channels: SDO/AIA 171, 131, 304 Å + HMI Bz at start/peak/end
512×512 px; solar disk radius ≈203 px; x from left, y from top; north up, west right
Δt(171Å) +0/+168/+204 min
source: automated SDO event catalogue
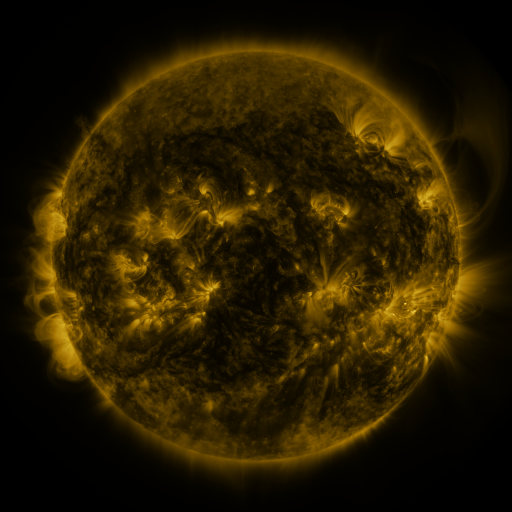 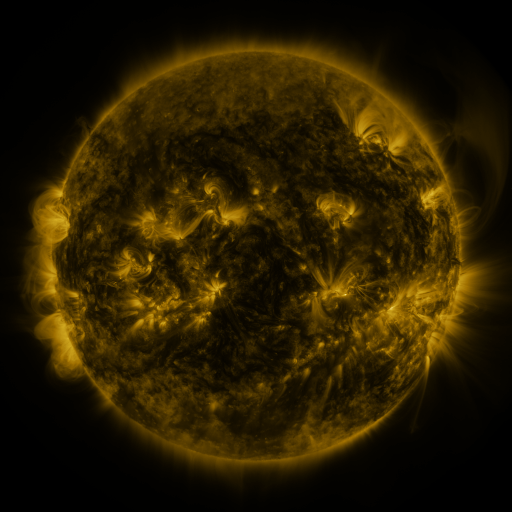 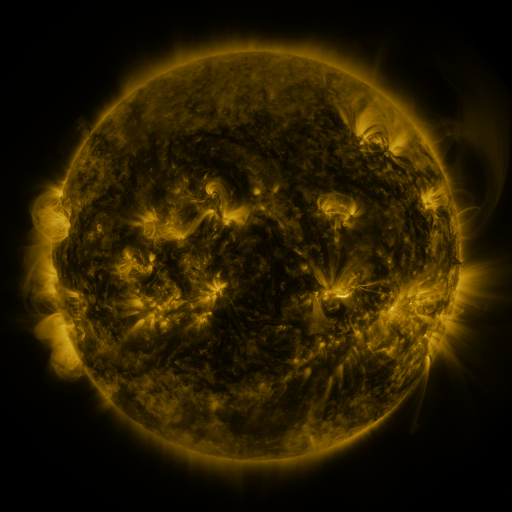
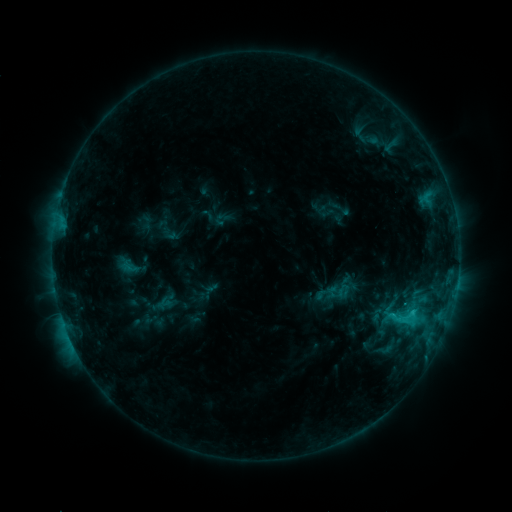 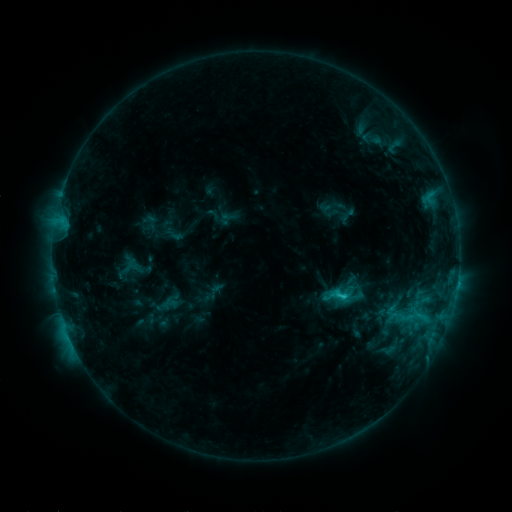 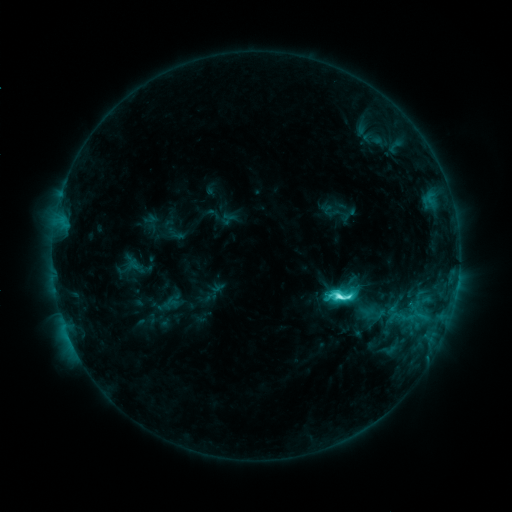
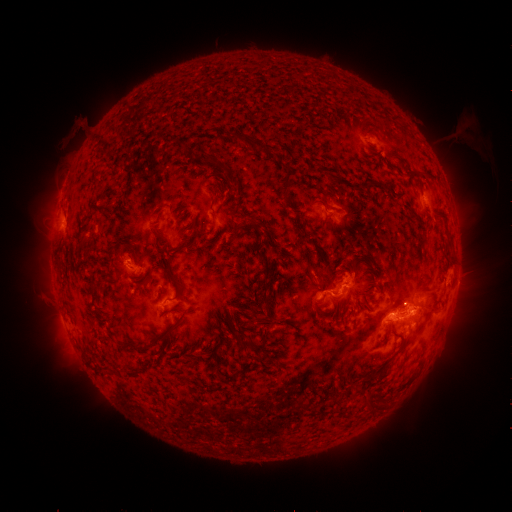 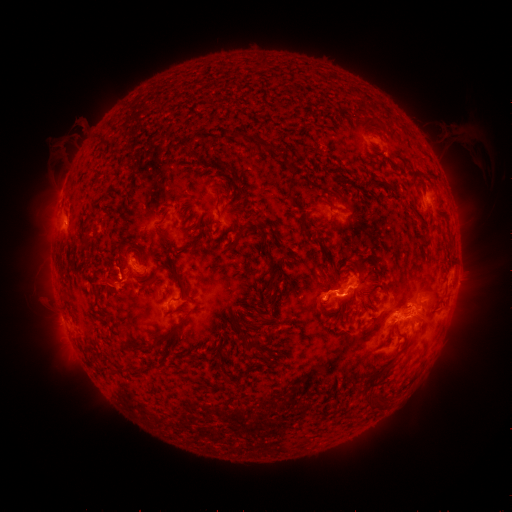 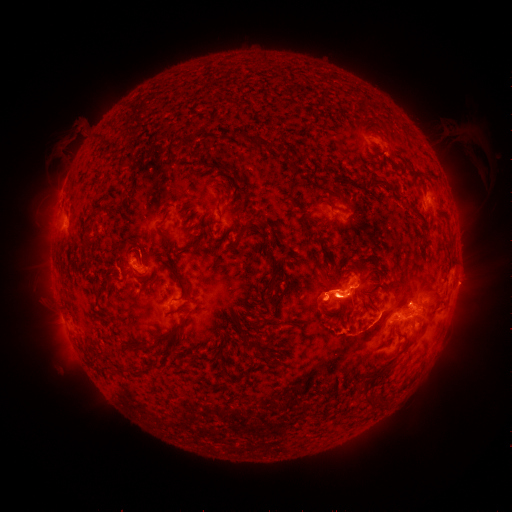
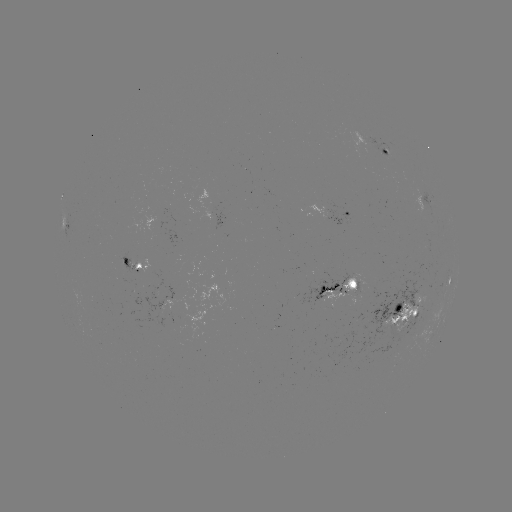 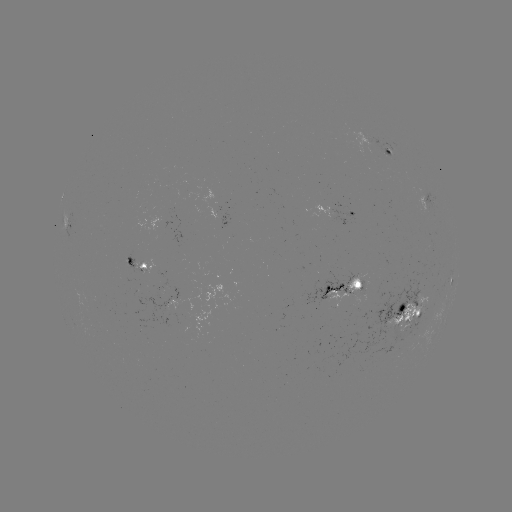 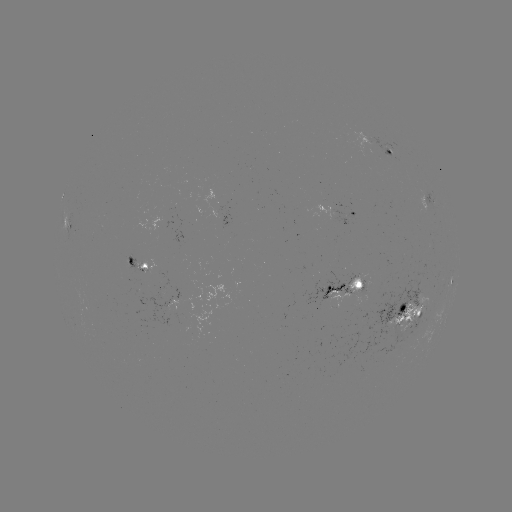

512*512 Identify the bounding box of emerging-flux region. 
[387, 293, 428, 333].